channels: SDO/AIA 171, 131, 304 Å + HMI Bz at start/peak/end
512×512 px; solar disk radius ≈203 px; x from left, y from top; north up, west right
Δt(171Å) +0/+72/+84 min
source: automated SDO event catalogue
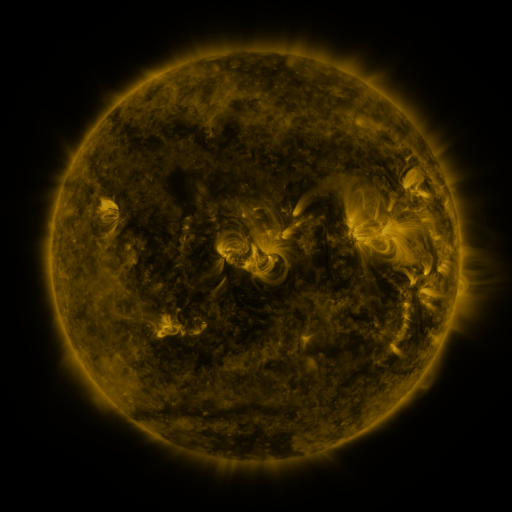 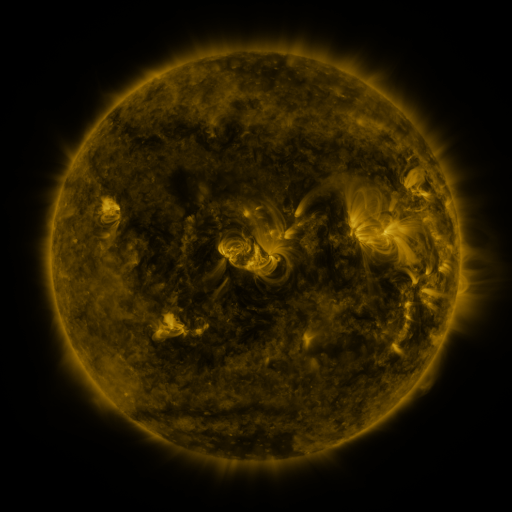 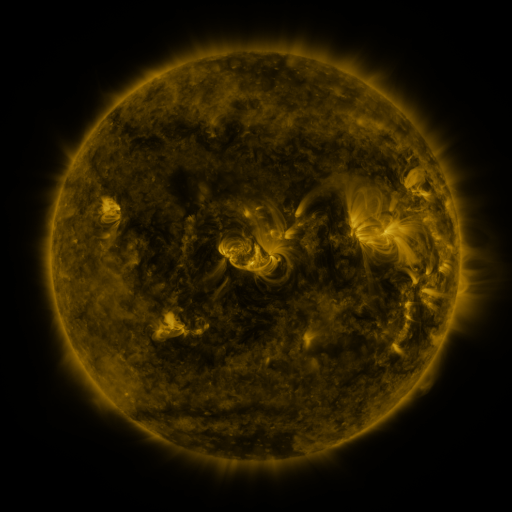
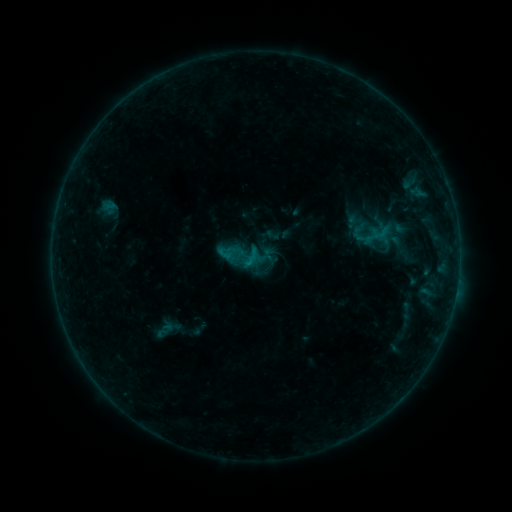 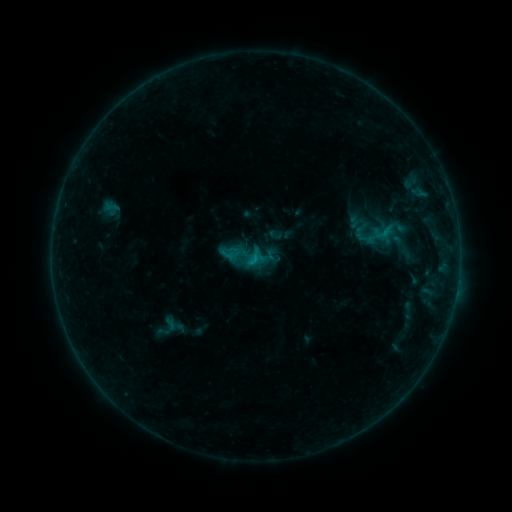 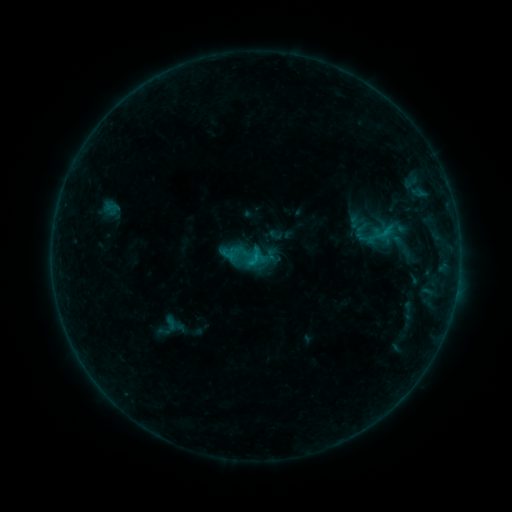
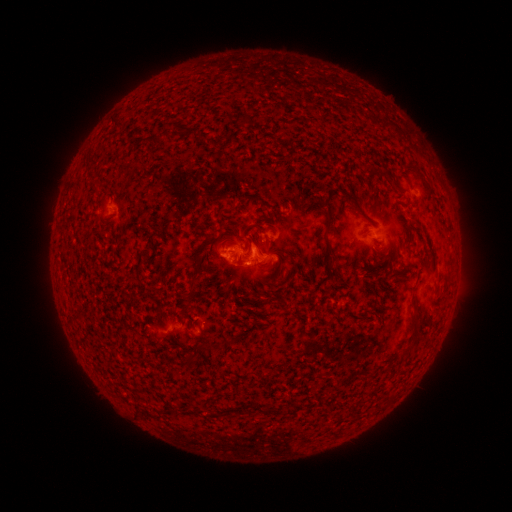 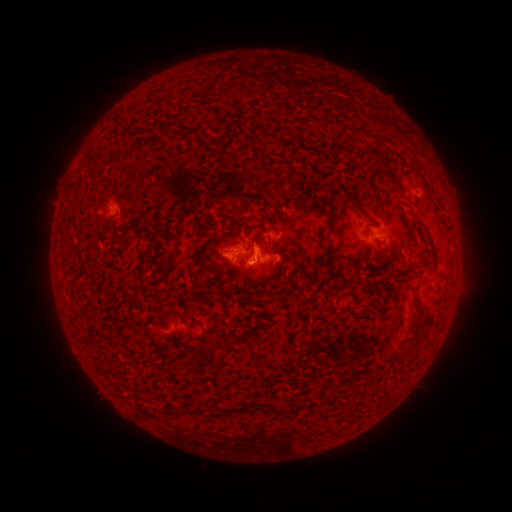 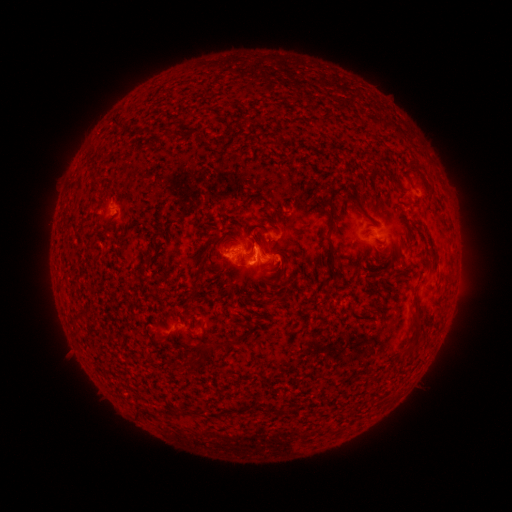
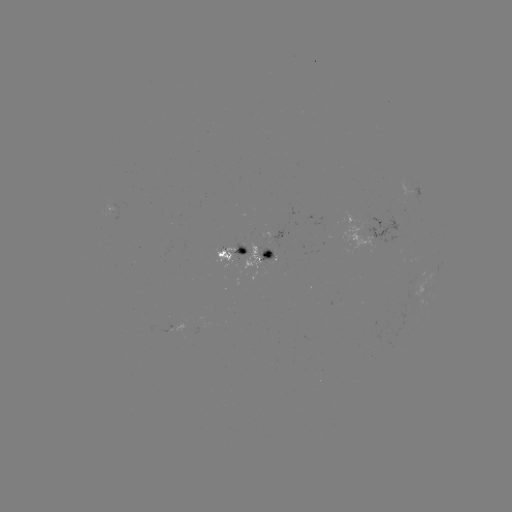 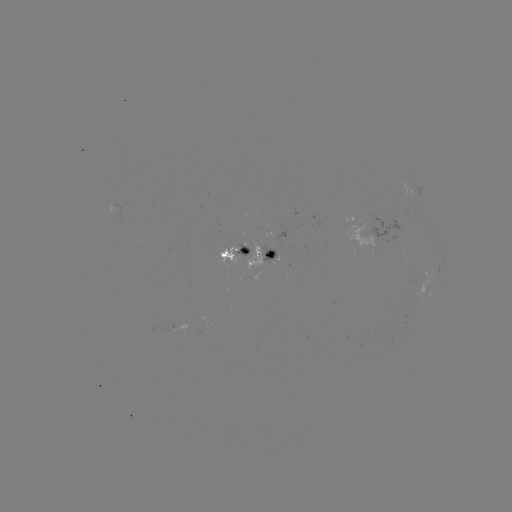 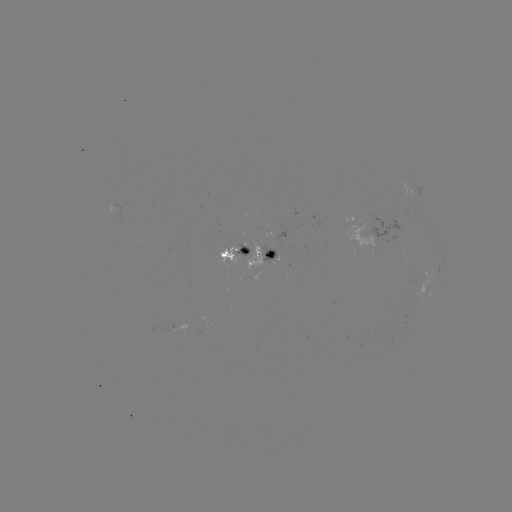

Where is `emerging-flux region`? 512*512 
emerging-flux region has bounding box [214, 245, 238, 267].